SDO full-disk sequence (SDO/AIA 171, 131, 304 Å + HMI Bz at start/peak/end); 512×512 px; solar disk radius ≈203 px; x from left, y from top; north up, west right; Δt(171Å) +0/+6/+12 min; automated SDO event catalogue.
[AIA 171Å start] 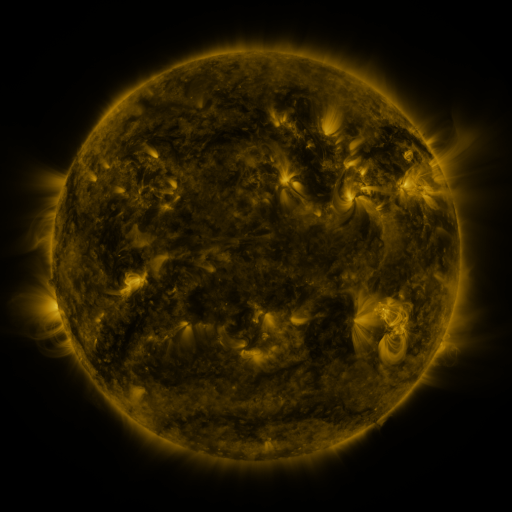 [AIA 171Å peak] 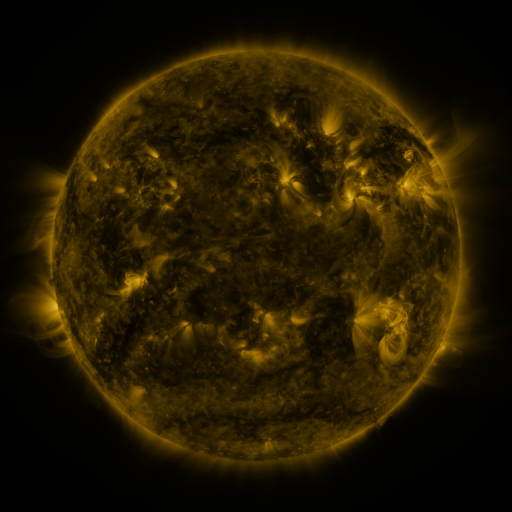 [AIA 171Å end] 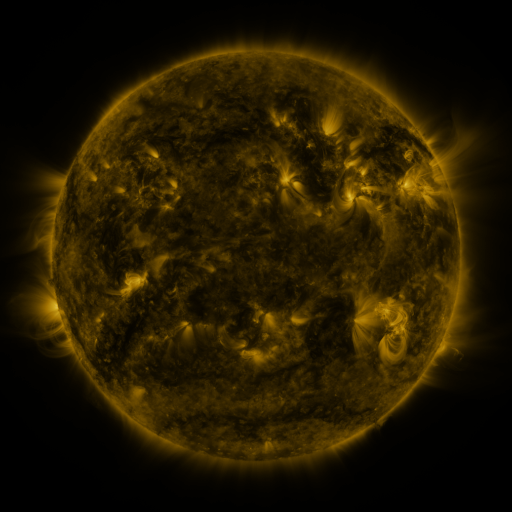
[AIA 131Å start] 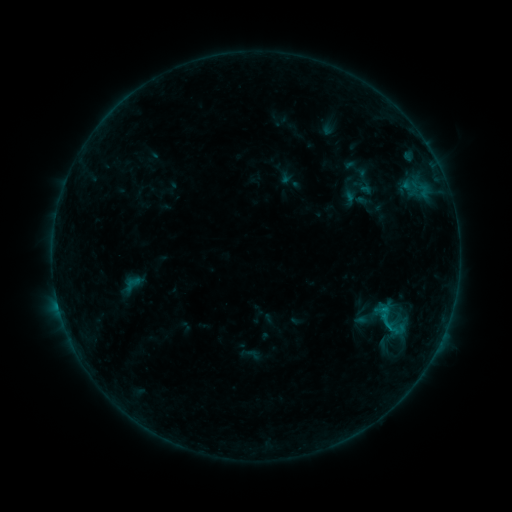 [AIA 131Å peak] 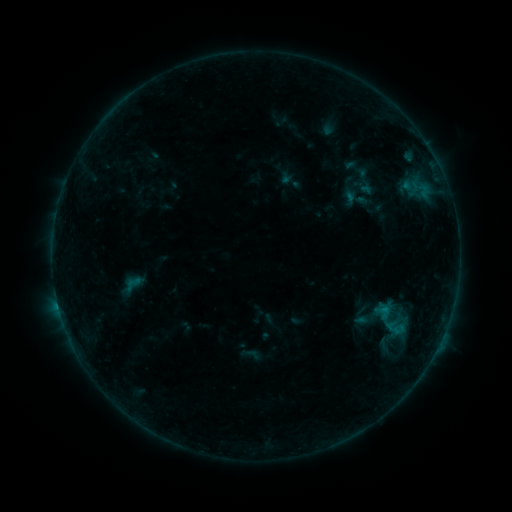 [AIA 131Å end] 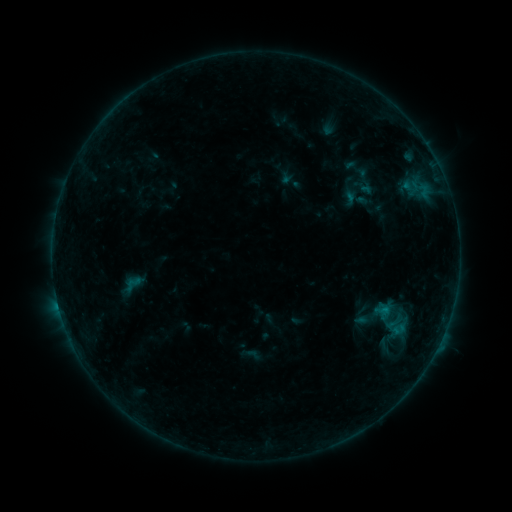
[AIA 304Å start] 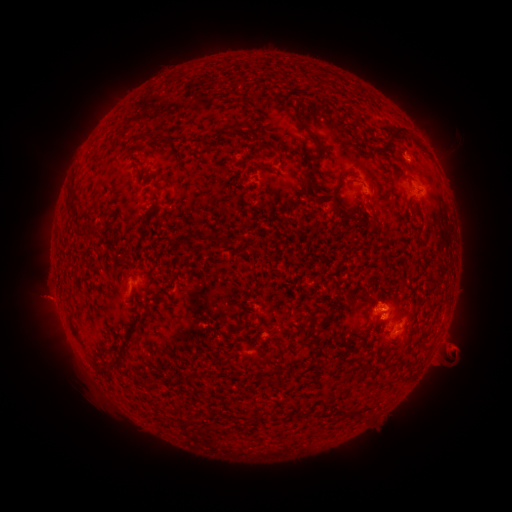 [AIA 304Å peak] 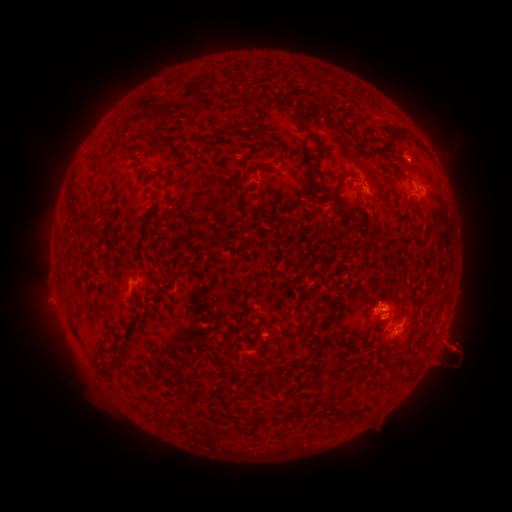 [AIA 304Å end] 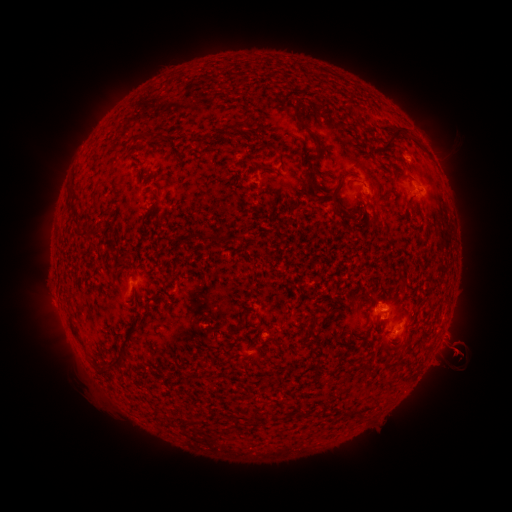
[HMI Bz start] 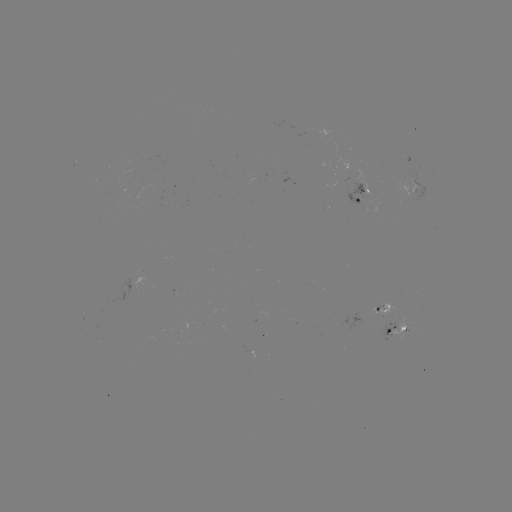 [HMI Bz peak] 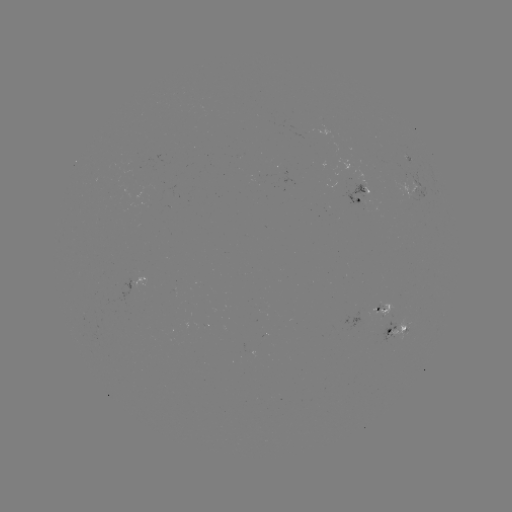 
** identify eruption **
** [49, 302] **